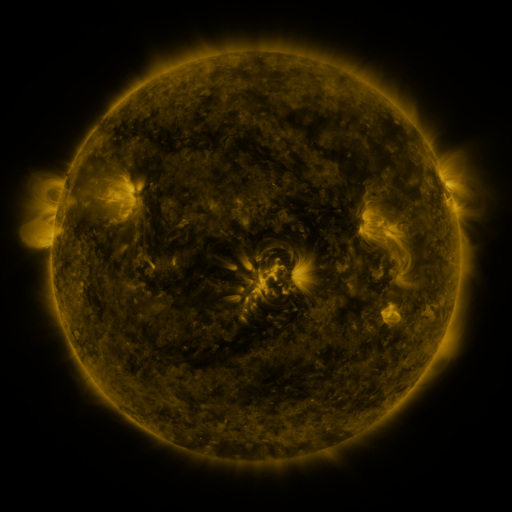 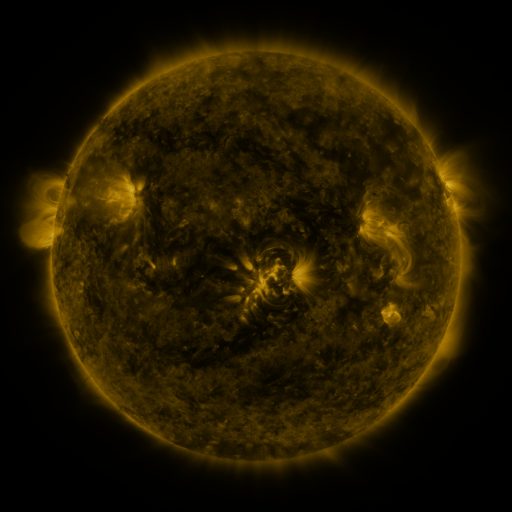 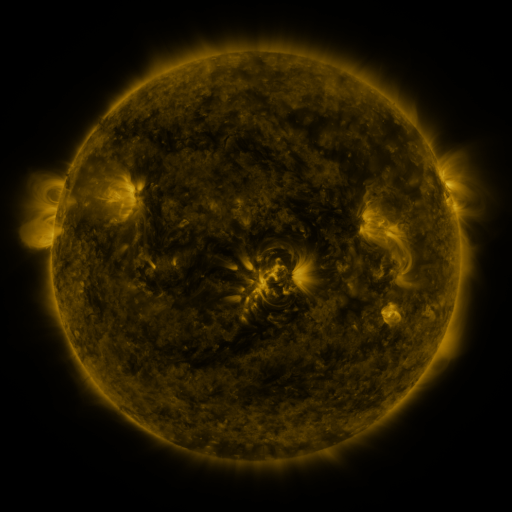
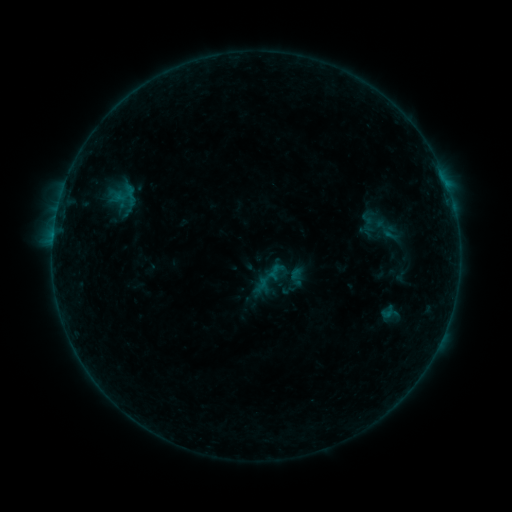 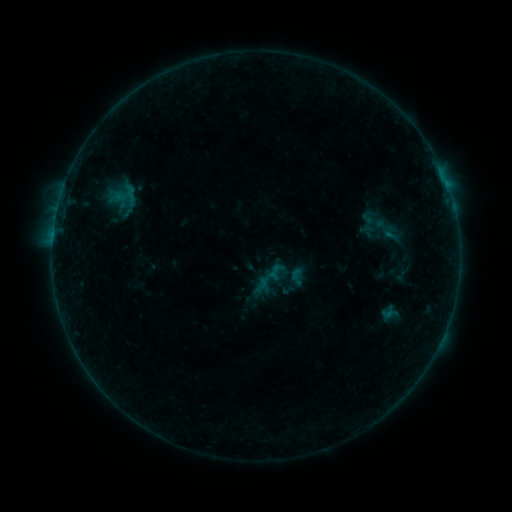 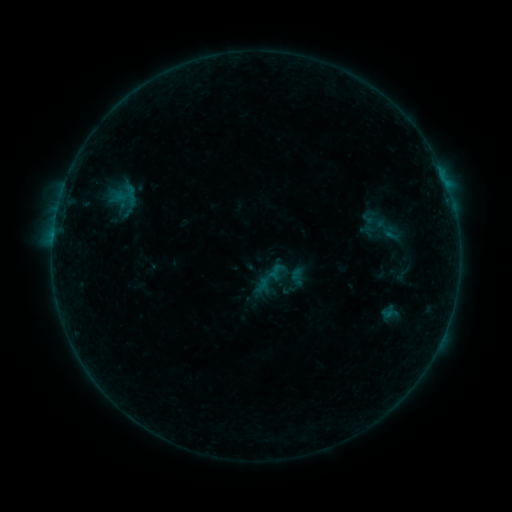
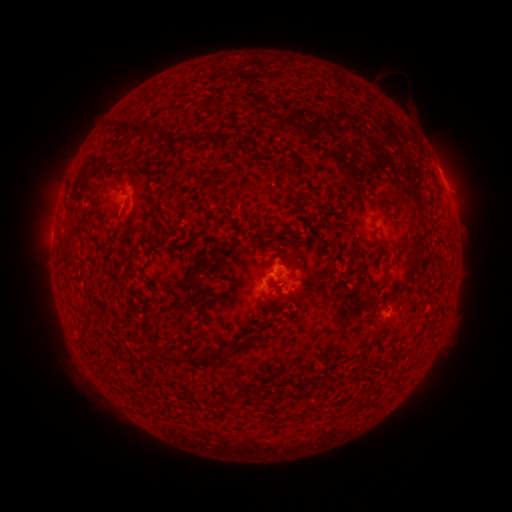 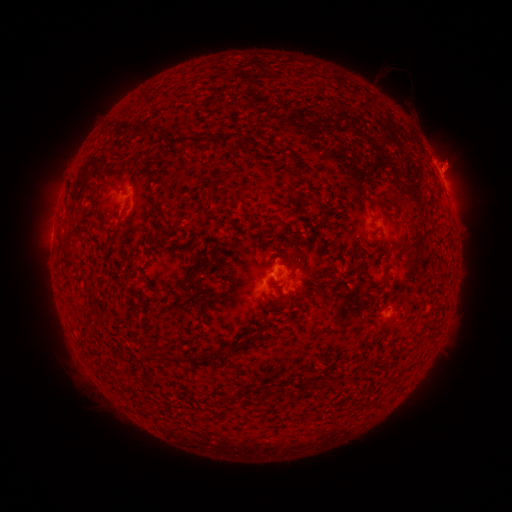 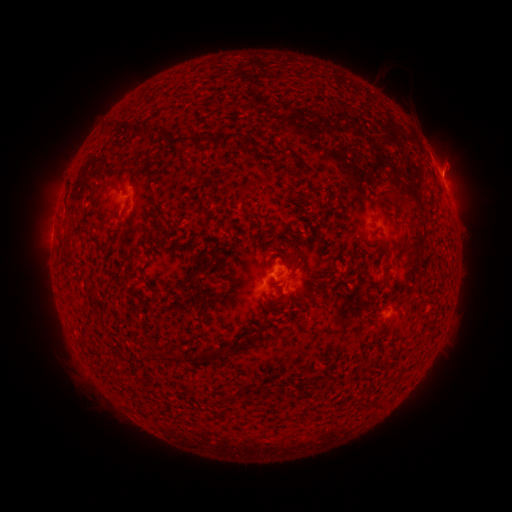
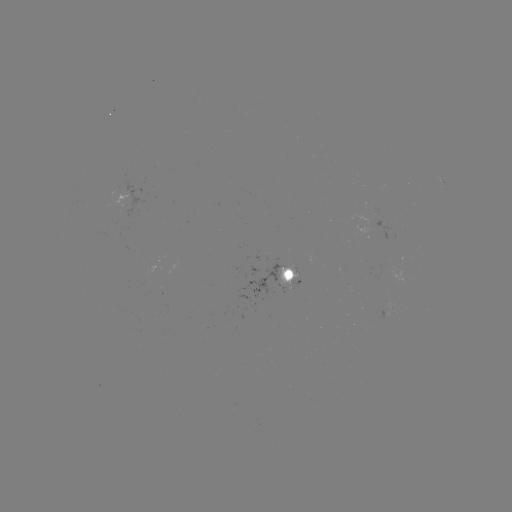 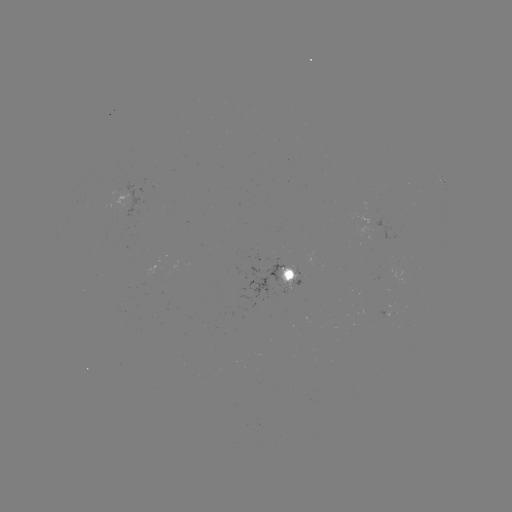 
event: eruption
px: (445, 172)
